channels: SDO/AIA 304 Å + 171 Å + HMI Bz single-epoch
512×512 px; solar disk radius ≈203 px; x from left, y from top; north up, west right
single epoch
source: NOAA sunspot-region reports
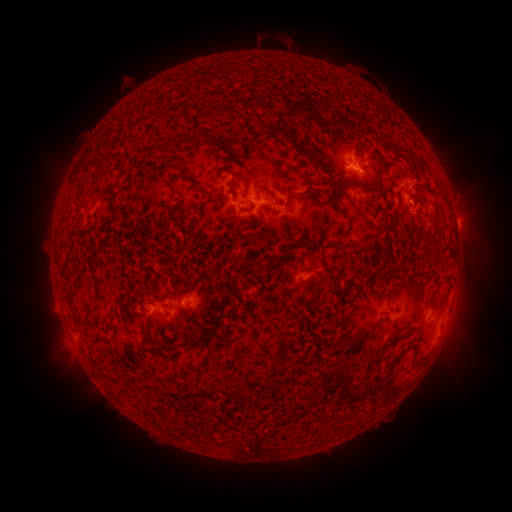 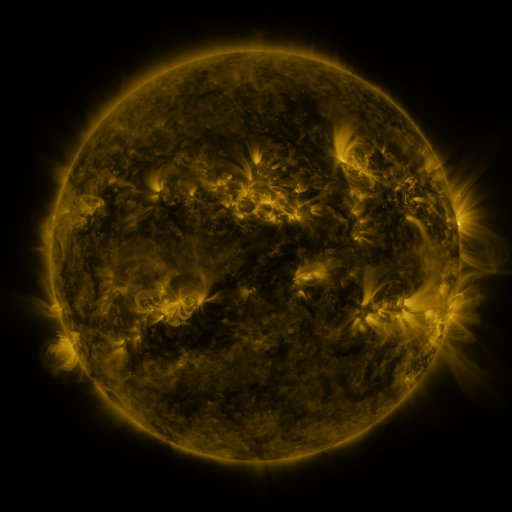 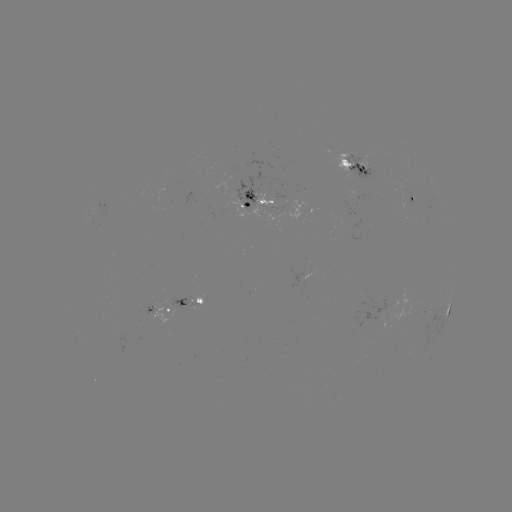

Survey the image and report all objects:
spotted active region: (356, 163)
spotted active region: (412, 198)
spotted active region: (256, 200)
spotted active region: (190, 303)
spotted active region: (449, 308)
spotted active region: (160, 311)
